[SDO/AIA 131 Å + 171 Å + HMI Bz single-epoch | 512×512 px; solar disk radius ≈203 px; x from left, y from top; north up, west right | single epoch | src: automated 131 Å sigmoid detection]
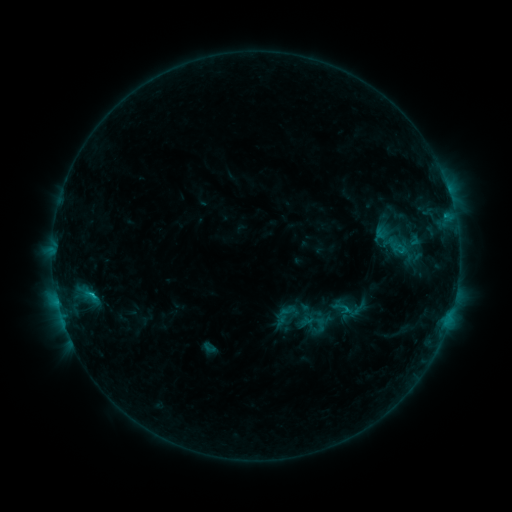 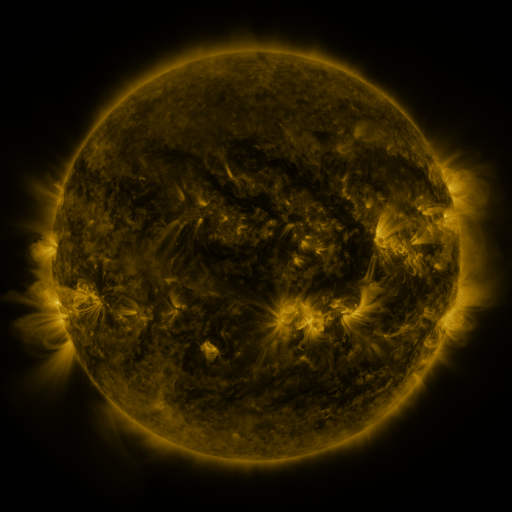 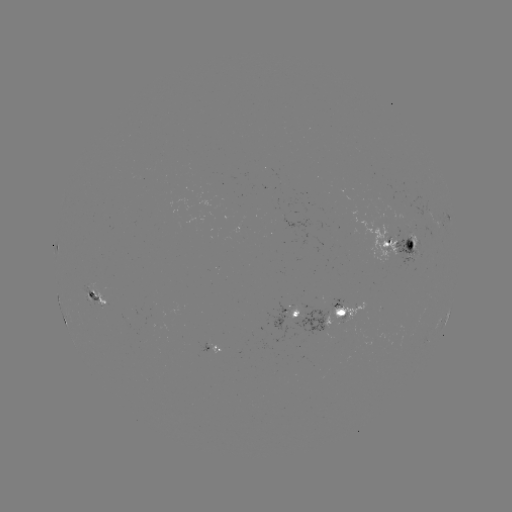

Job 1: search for sigmoid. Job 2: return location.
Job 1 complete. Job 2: [209, 347].